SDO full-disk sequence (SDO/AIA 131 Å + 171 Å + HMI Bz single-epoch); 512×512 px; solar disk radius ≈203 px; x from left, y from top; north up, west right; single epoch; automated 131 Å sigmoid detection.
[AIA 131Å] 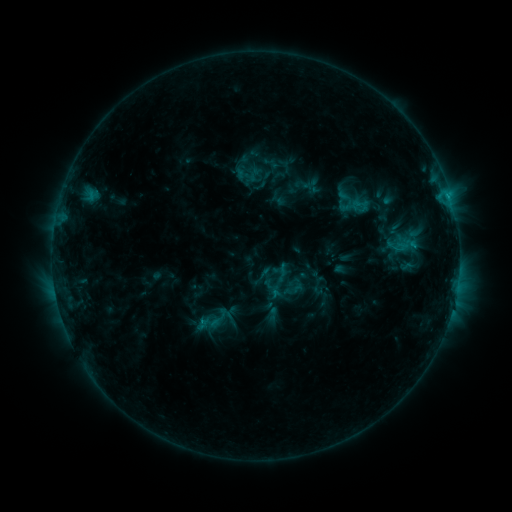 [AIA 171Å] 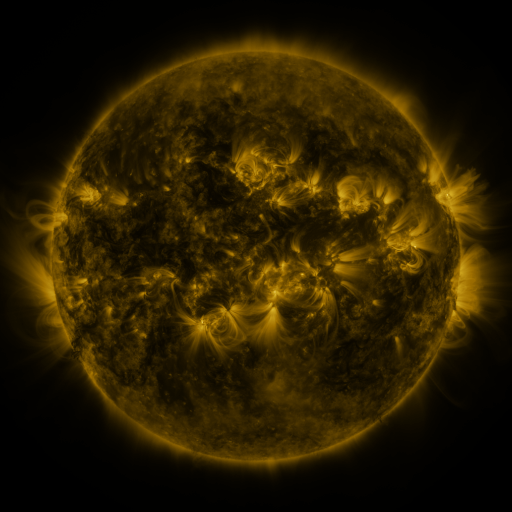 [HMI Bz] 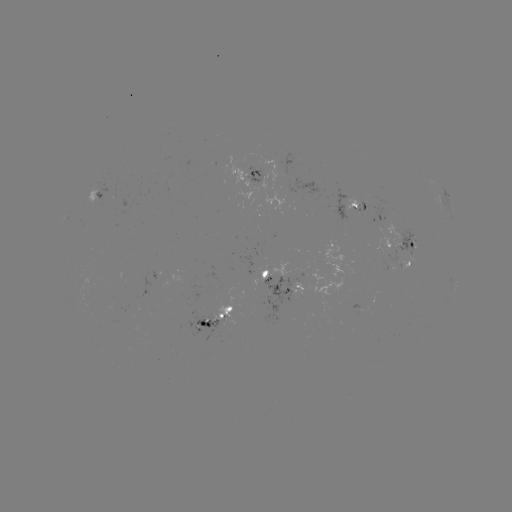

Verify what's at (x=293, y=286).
sigmoid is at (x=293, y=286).